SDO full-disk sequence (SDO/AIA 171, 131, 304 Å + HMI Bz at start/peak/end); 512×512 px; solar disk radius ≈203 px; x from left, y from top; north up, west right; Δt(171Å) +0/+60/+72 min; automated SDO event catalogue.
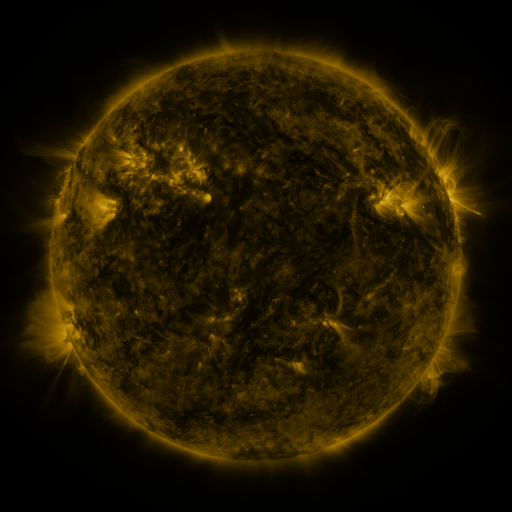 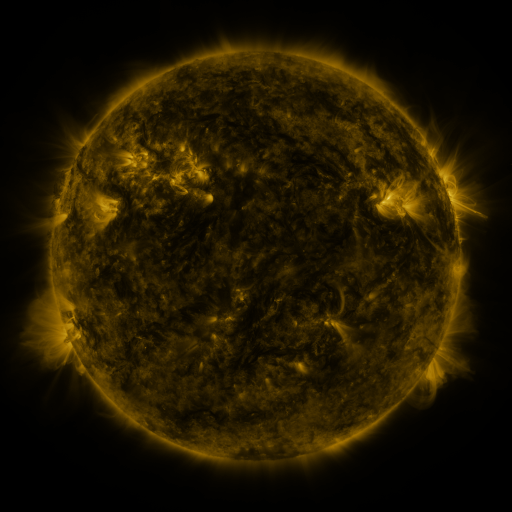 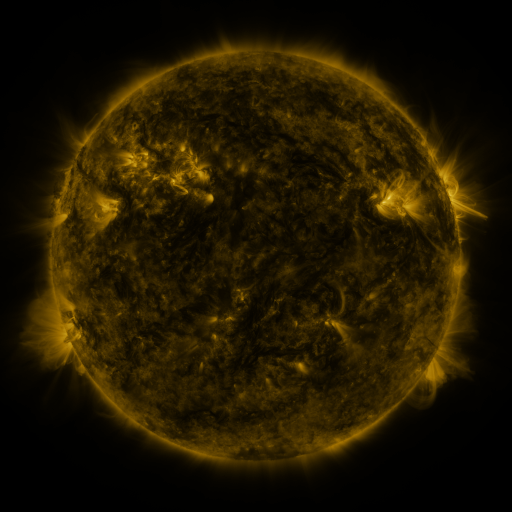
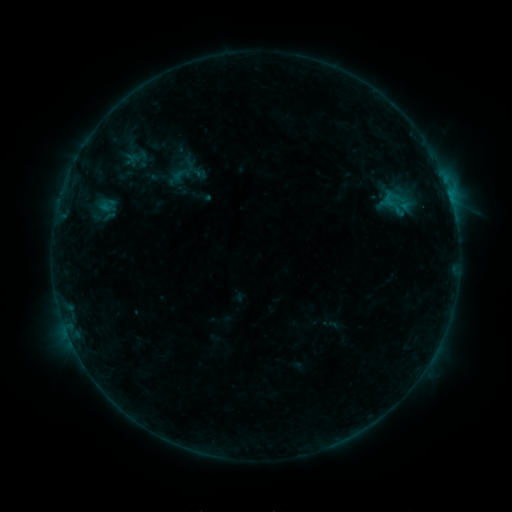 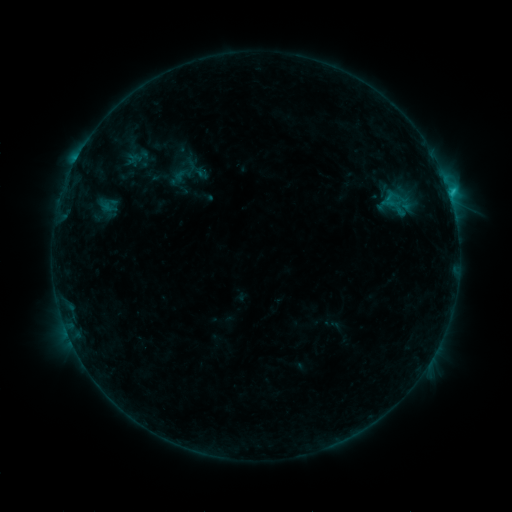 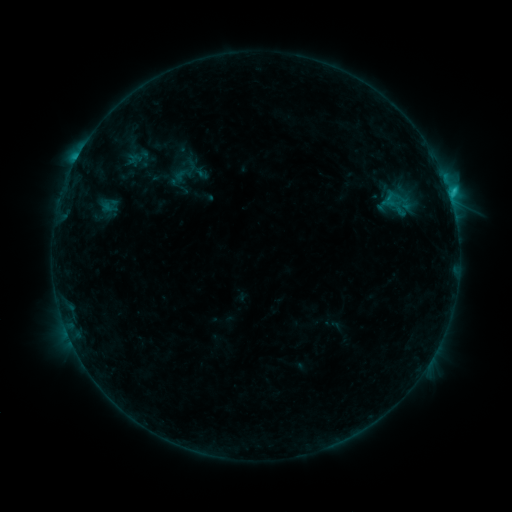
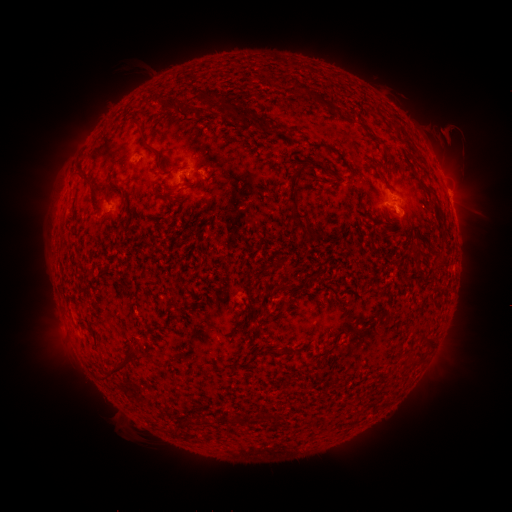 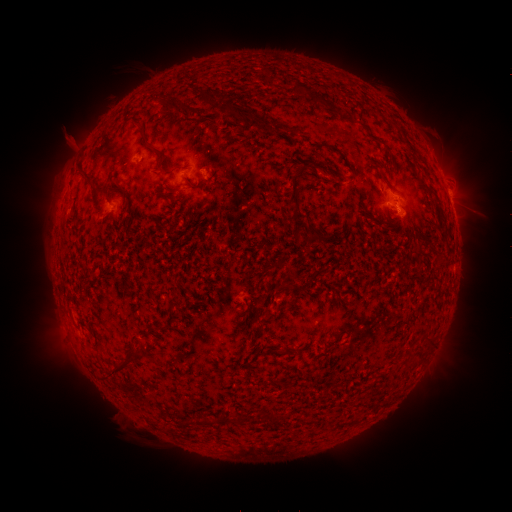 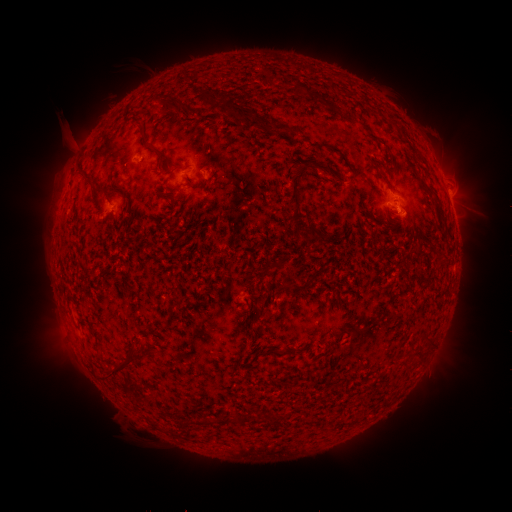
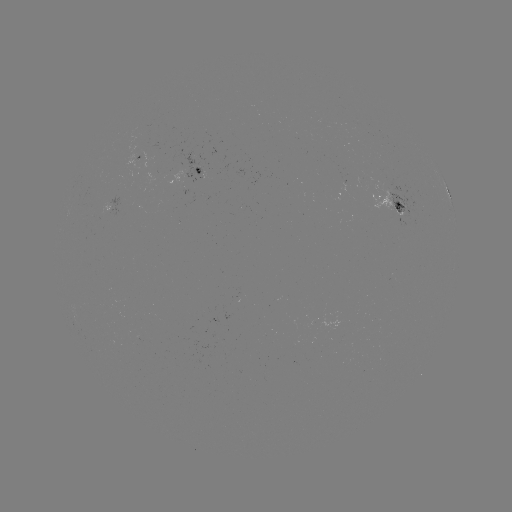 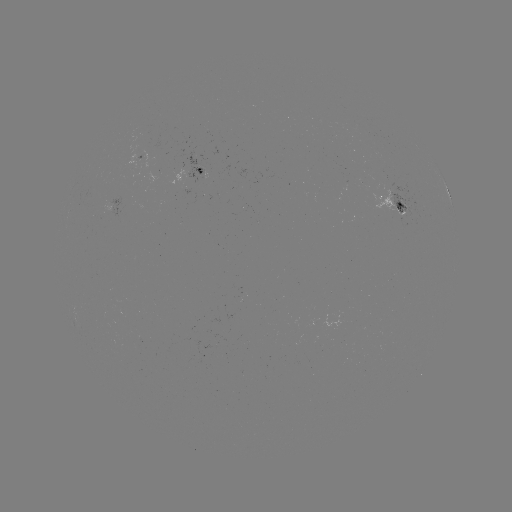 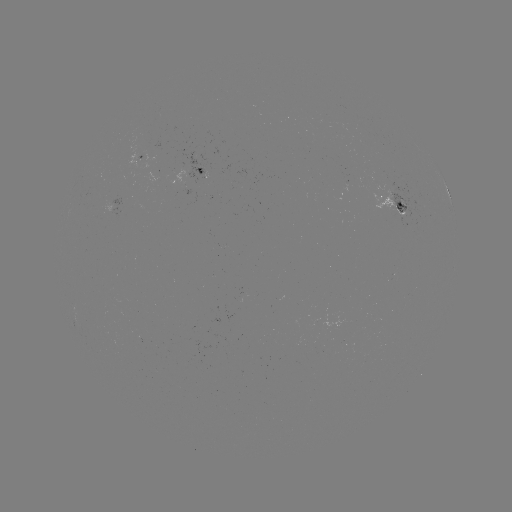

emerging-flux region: (128, 136, 139, 167)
